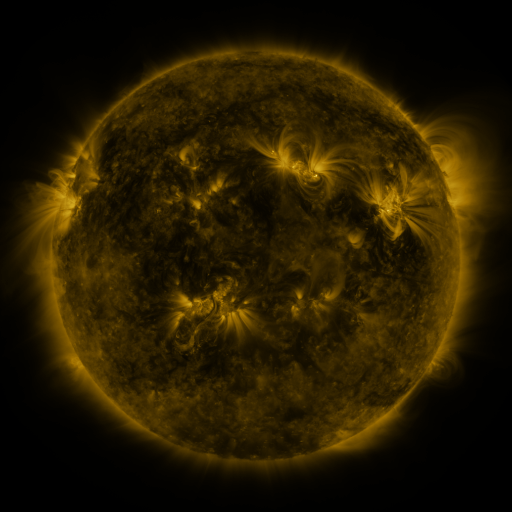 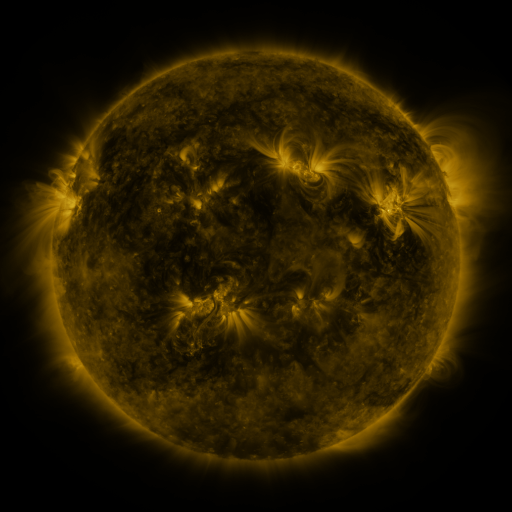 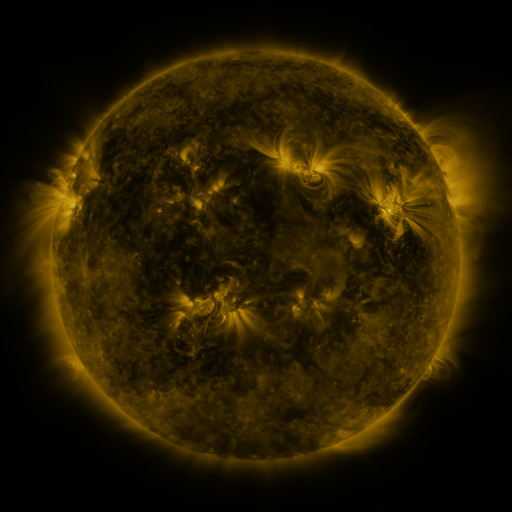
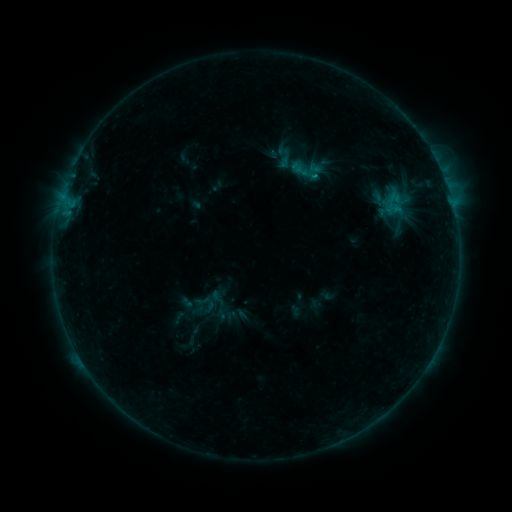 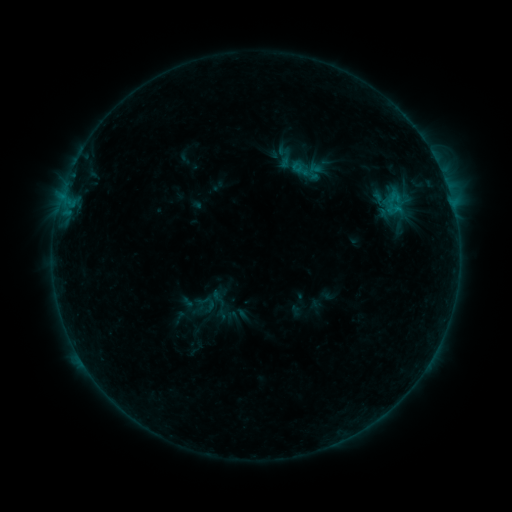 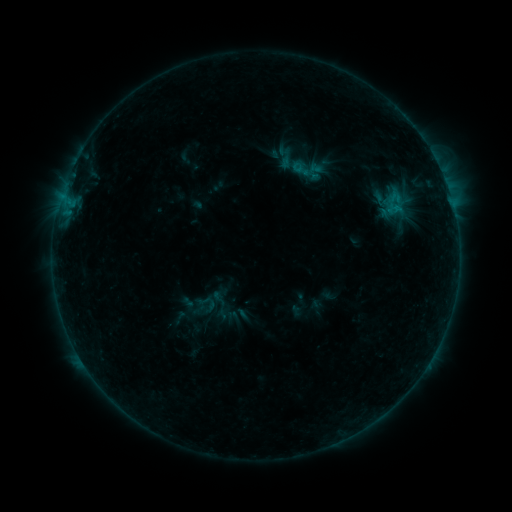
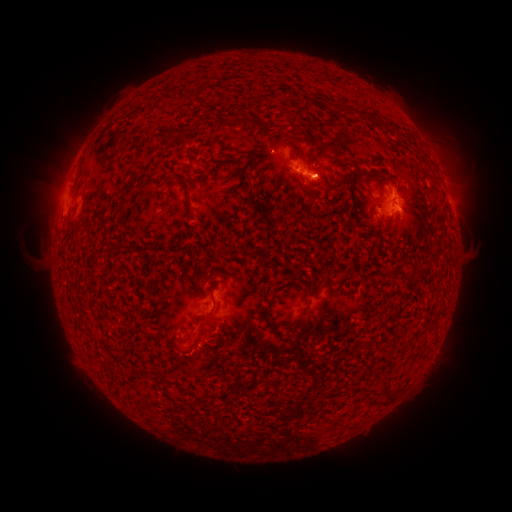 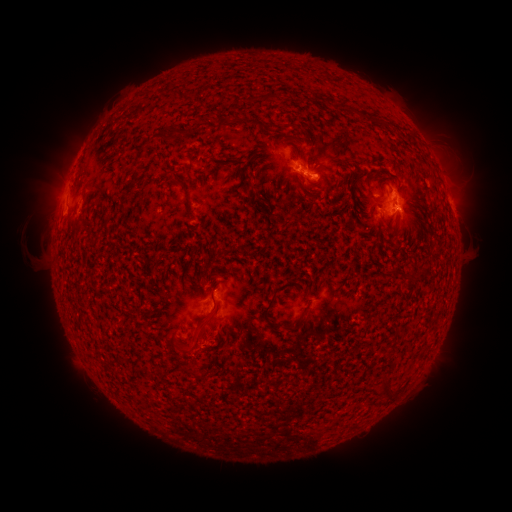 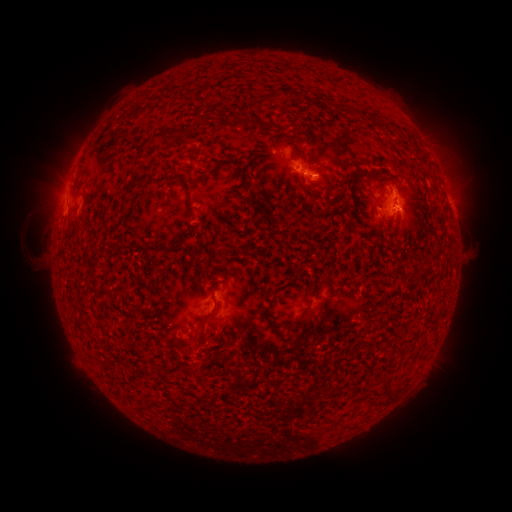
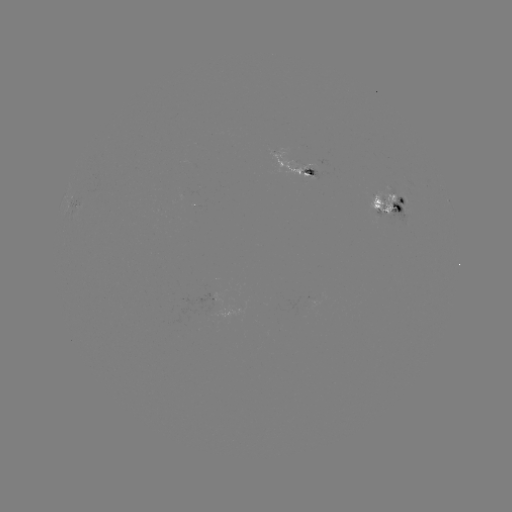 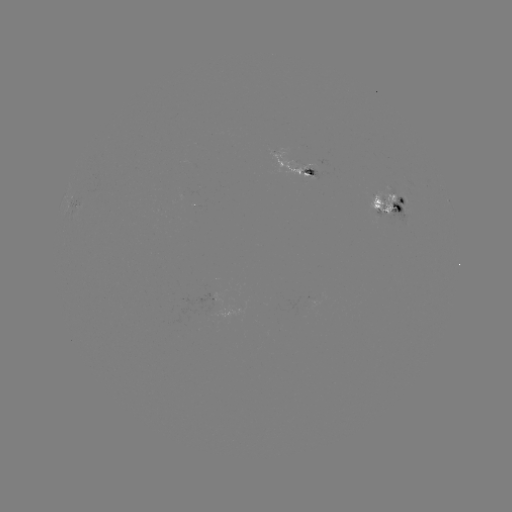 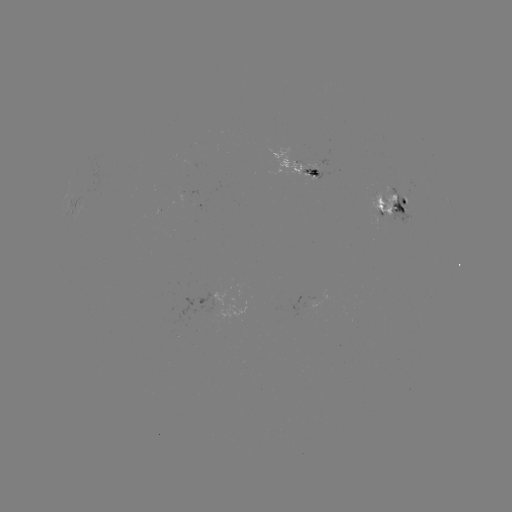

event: emerging-flux region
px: (308, 170)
